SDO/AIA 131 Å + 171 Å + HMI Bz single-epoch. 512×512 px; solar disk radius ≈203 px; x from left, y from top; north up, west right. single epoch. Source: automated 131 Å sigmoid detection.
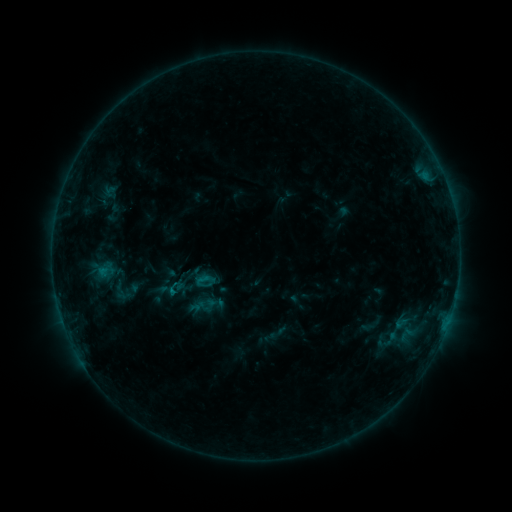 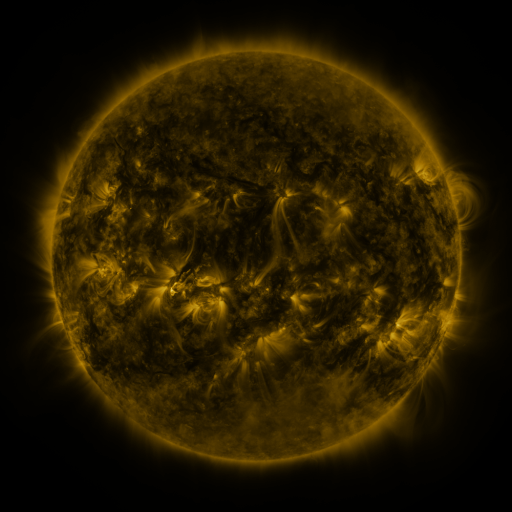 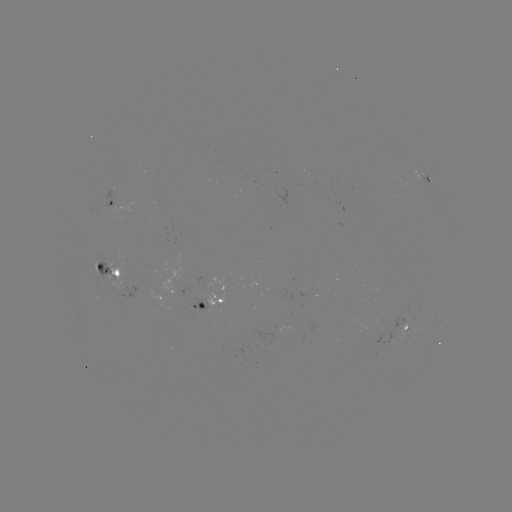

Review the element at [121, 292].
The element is sigmoid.